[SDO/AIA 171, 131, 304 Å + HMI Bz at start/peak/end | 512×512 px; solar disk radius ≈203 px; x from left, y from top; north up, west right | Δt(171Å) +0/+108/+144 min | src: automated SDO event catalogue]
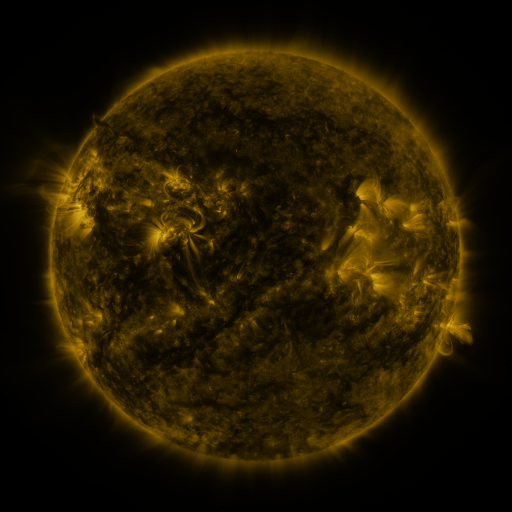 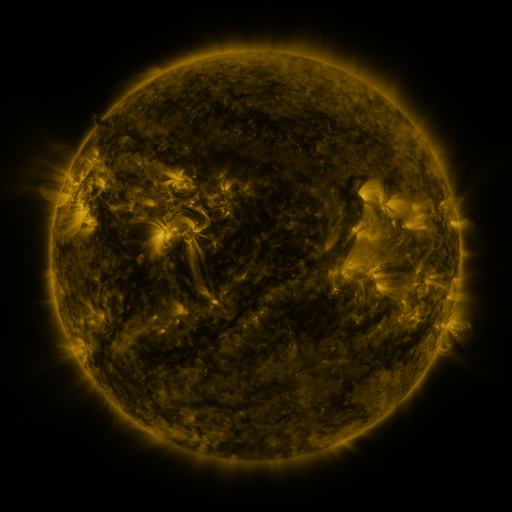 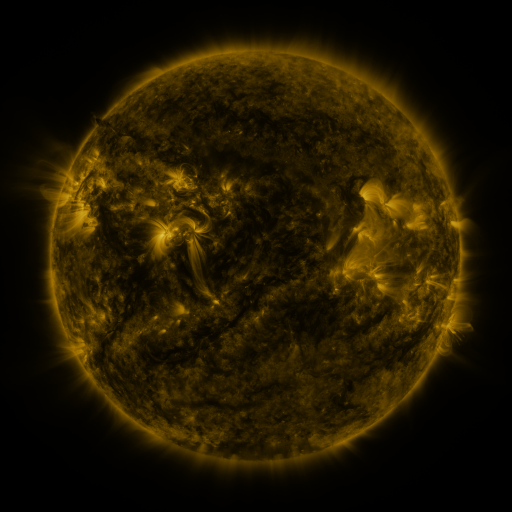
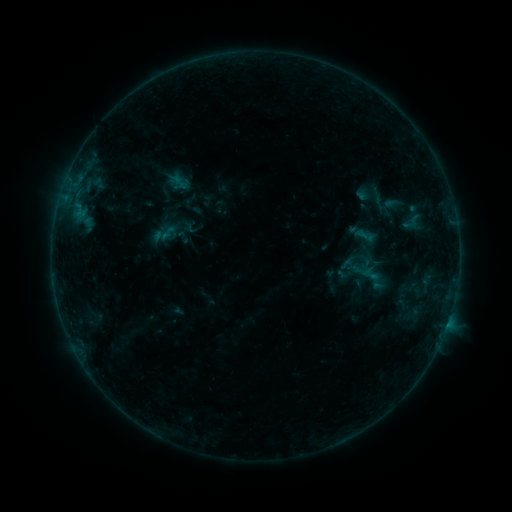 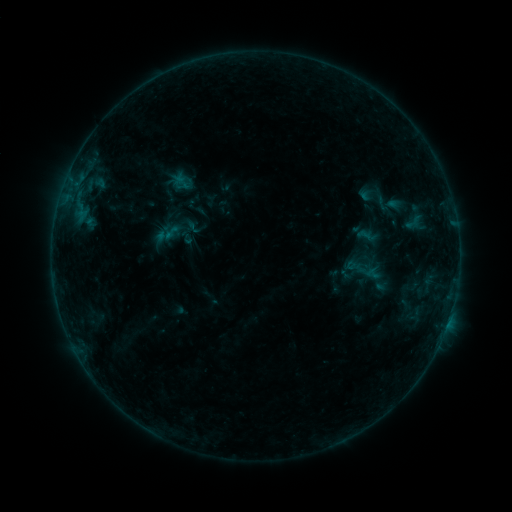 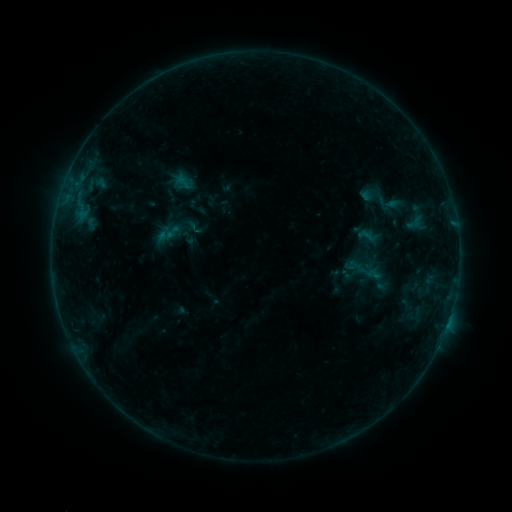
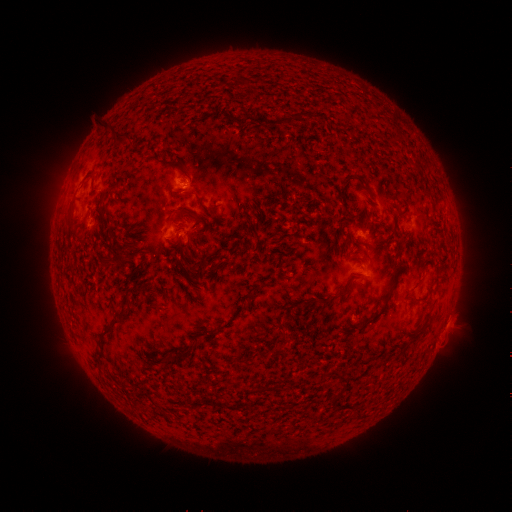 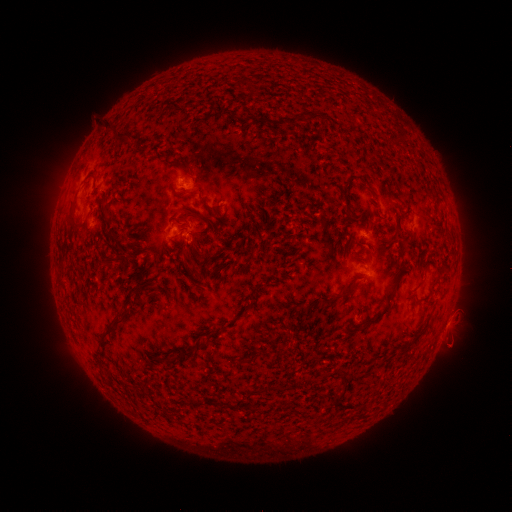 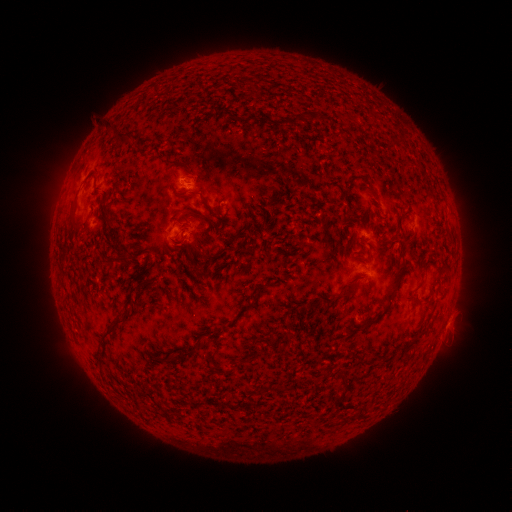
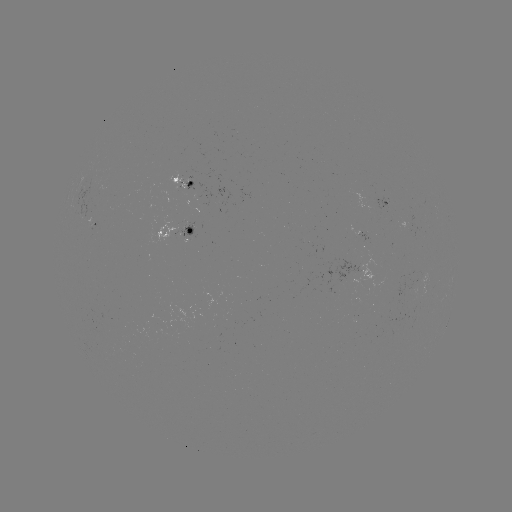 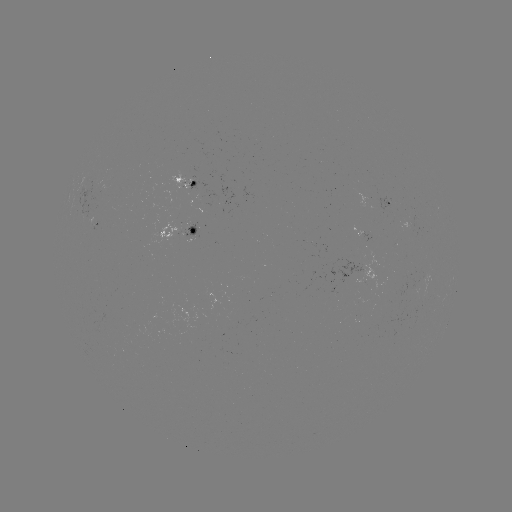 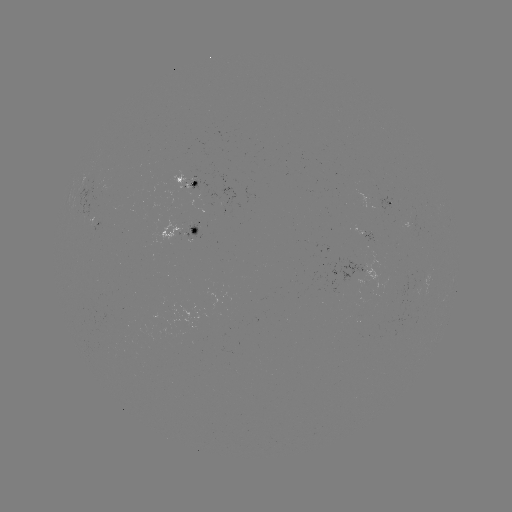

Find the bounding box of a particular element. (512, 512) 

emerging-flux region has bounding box [417, 273, 430, 299].